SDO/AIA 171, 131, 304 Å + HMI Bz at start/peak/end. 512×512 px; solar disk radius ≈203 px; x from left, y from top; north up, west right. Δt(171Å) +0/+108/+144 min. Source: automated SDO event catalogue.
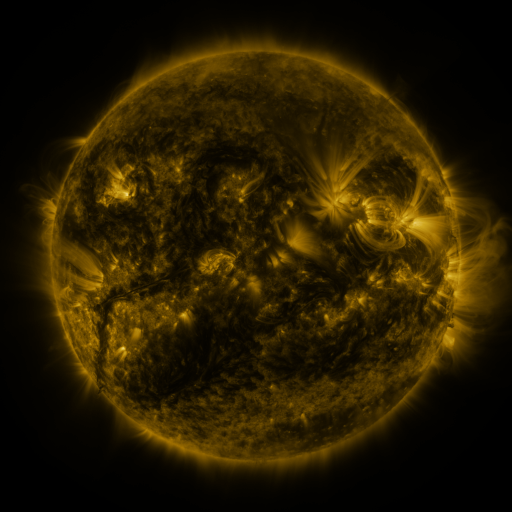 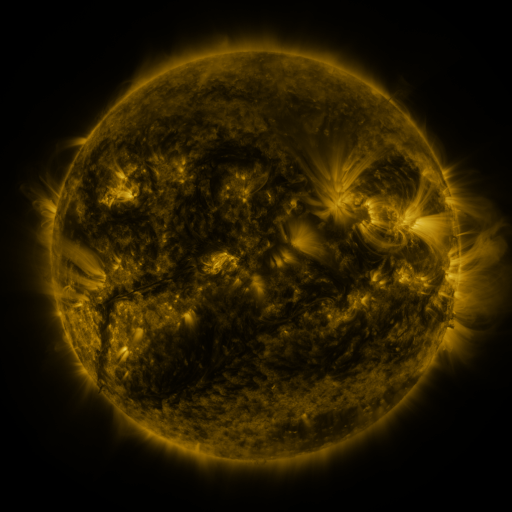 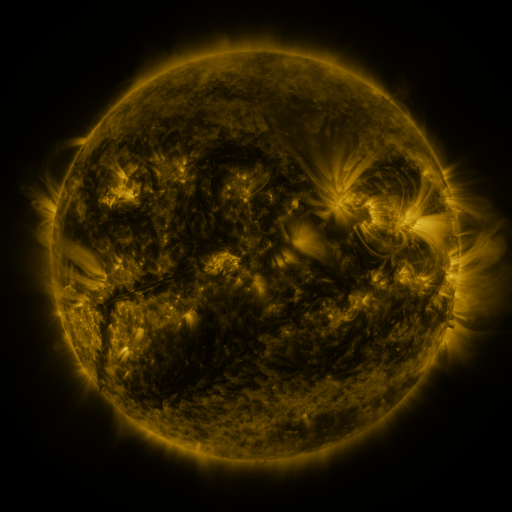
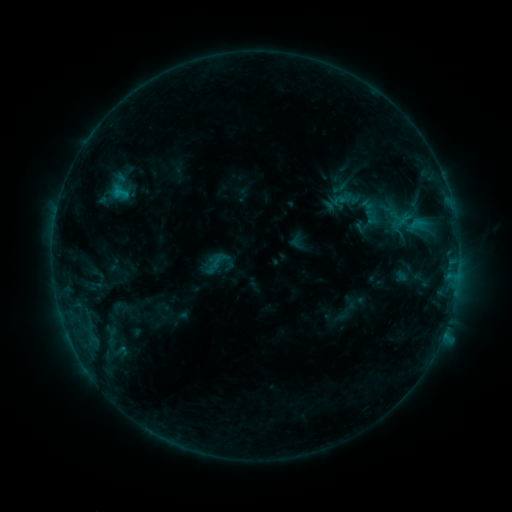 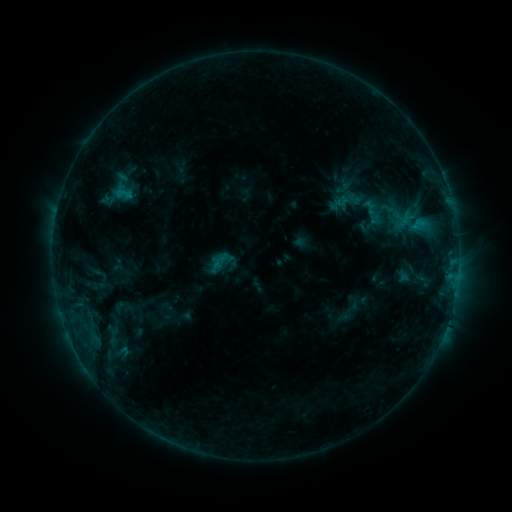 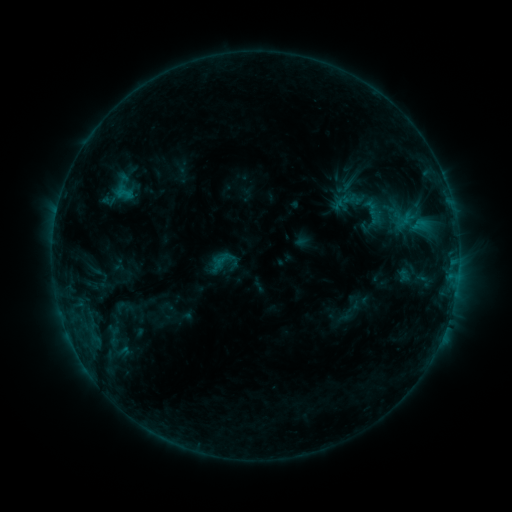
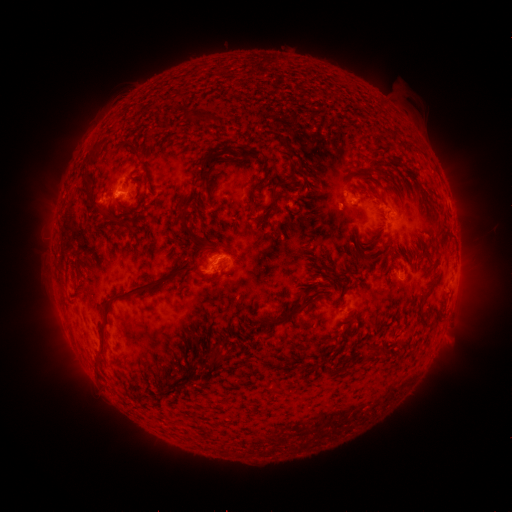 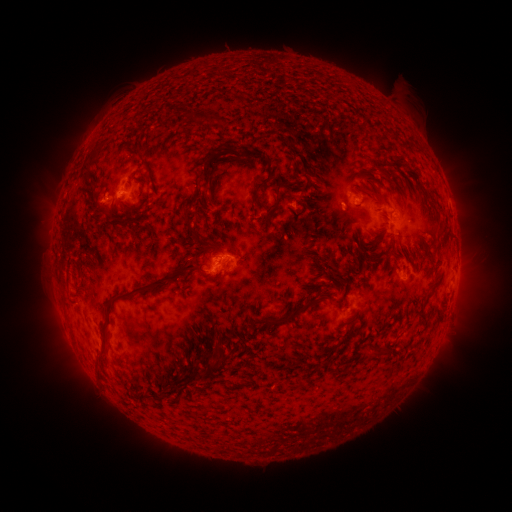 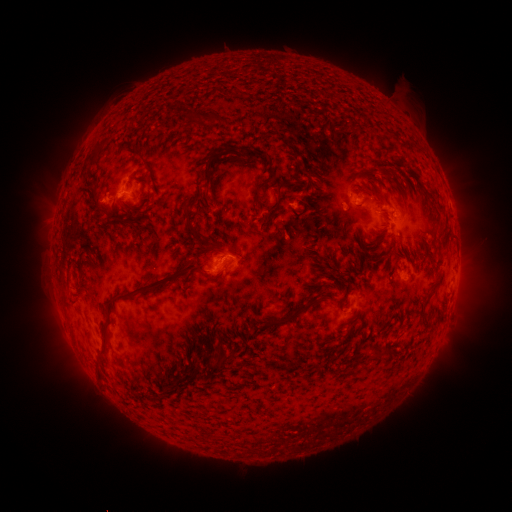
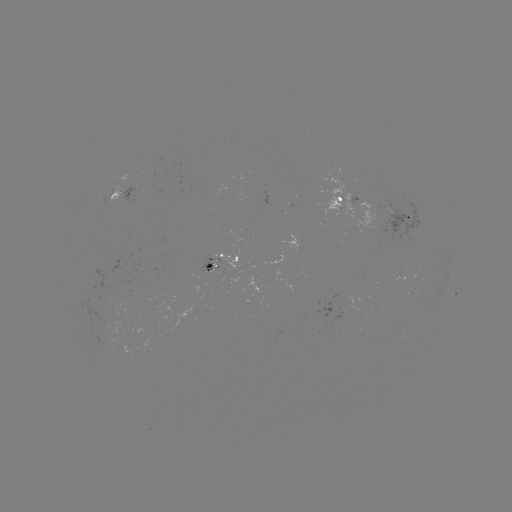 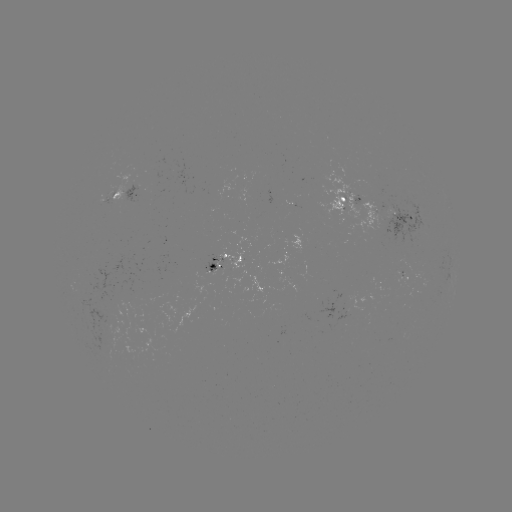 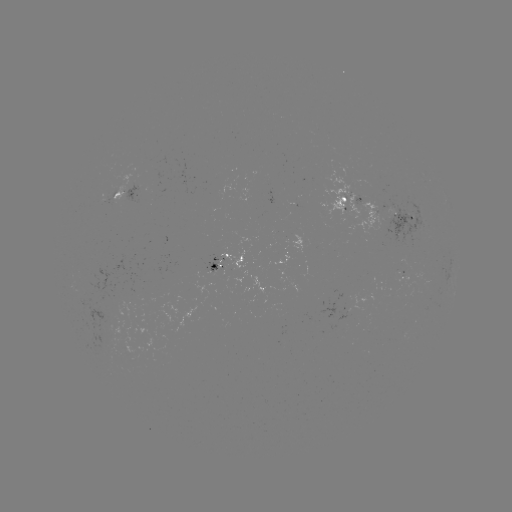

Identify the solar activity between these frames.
emerging-flux region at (266, 286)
